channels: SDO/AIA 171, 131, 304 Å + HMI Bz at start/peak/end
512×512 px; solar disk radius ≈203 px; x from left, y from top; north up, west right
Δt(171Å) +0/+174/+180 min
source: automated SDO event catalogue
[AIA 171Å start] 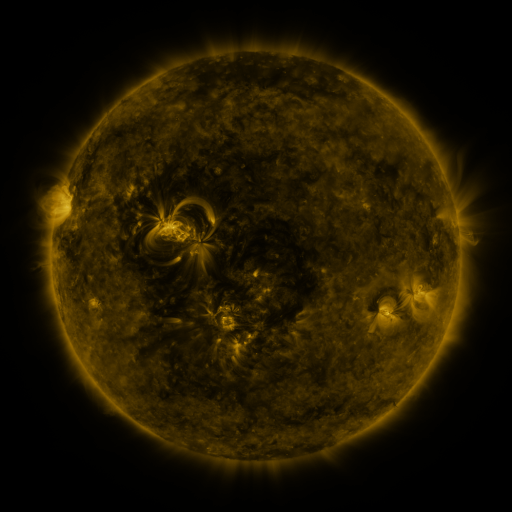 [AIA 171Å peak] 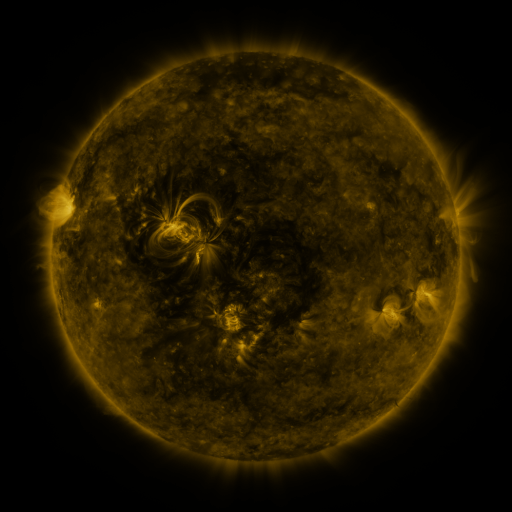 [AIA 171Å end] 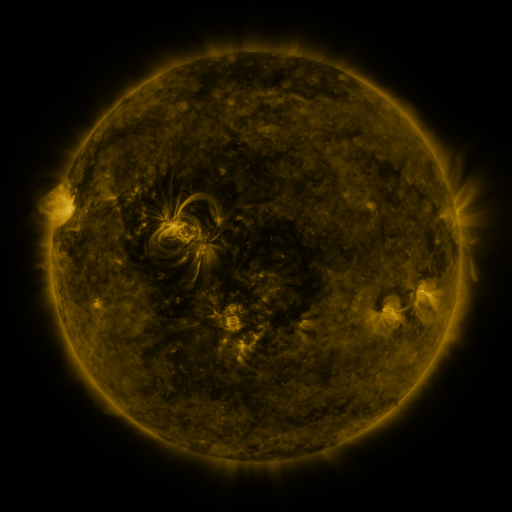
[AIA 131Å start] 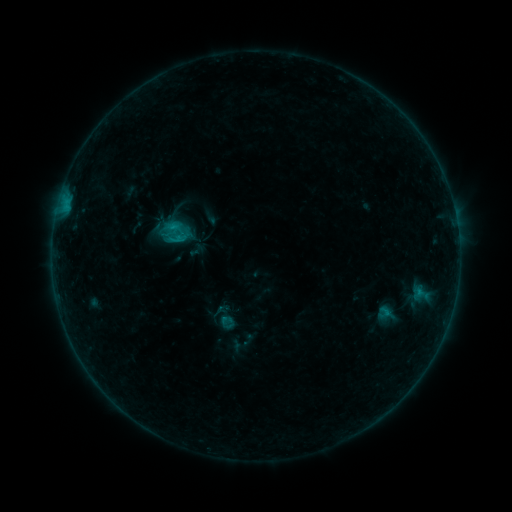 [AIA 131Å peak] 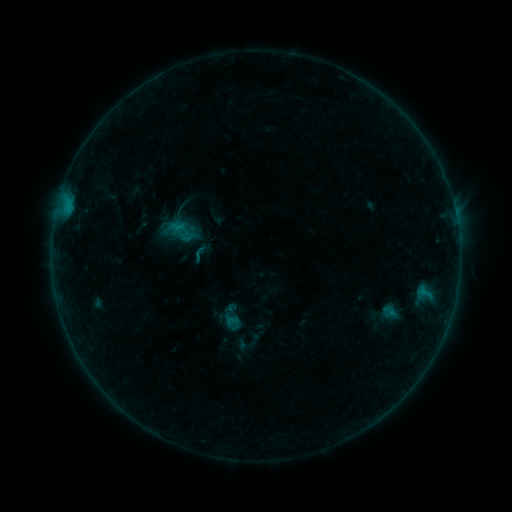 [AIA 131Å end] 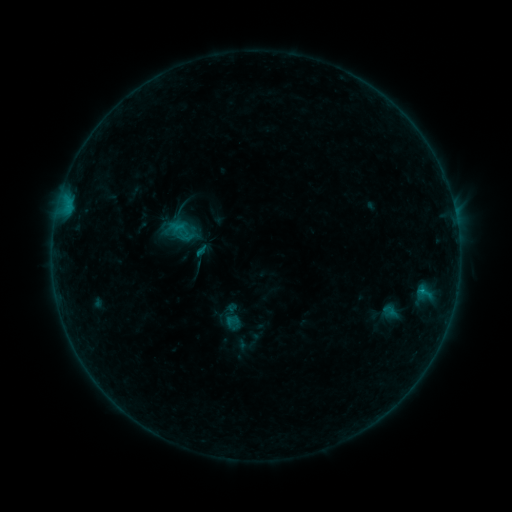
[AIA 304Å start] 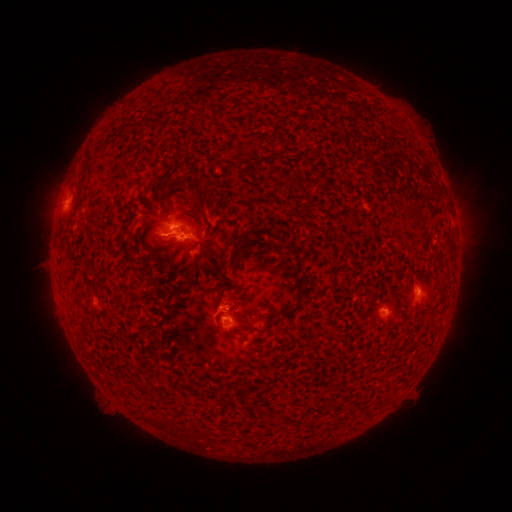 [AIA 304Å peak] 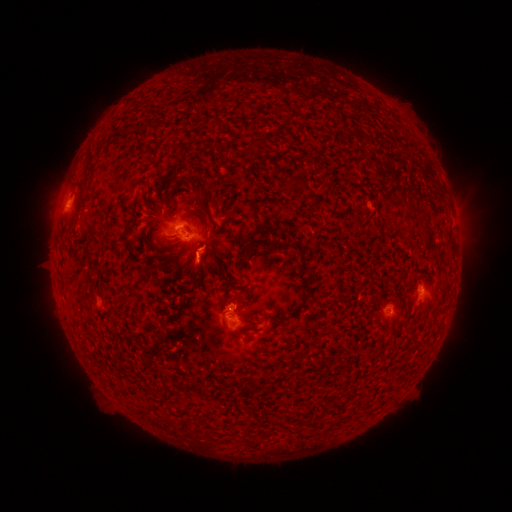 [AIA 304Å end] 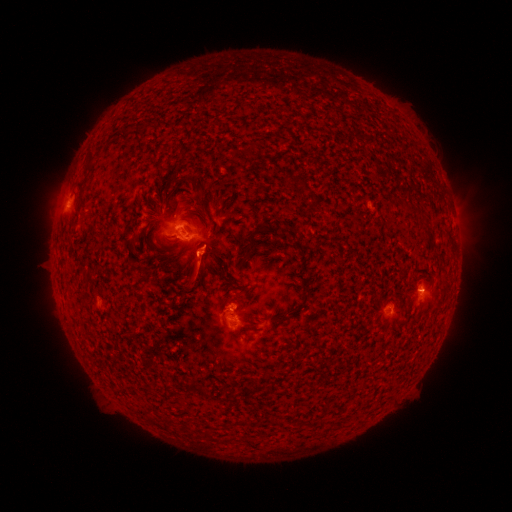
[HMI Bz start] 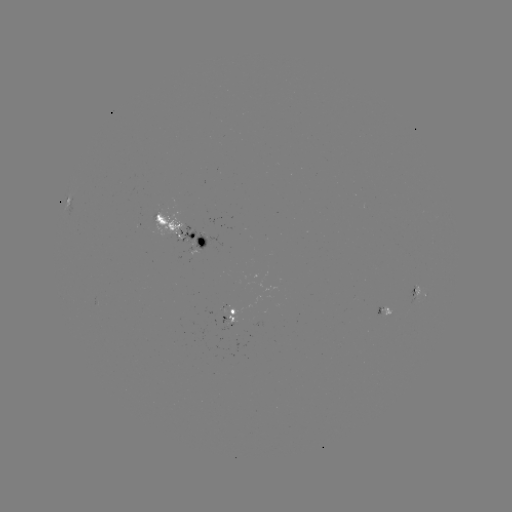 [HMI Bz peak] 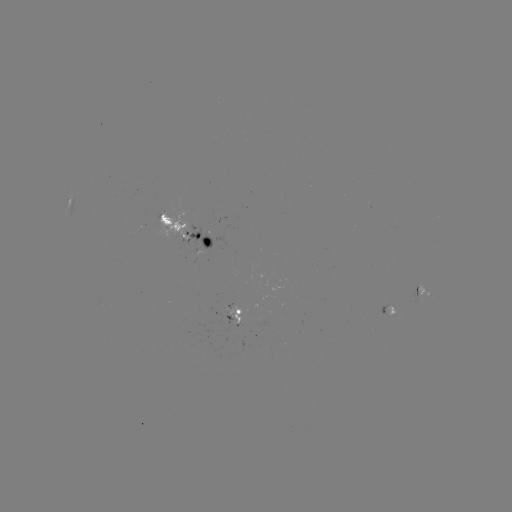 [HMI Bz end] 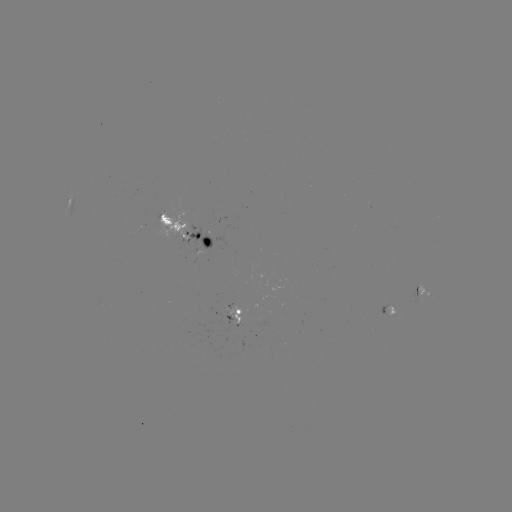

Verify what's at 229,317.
emerging-flux region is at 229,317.